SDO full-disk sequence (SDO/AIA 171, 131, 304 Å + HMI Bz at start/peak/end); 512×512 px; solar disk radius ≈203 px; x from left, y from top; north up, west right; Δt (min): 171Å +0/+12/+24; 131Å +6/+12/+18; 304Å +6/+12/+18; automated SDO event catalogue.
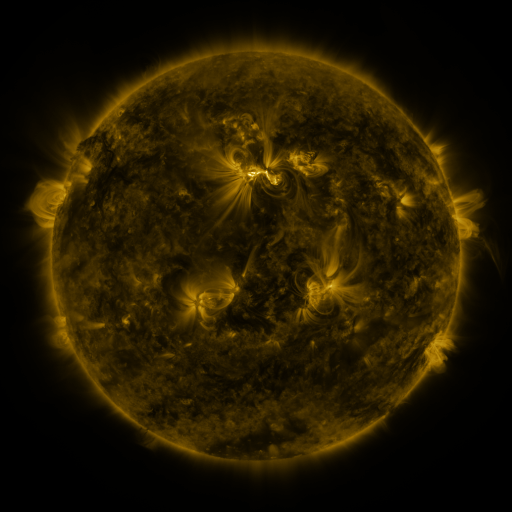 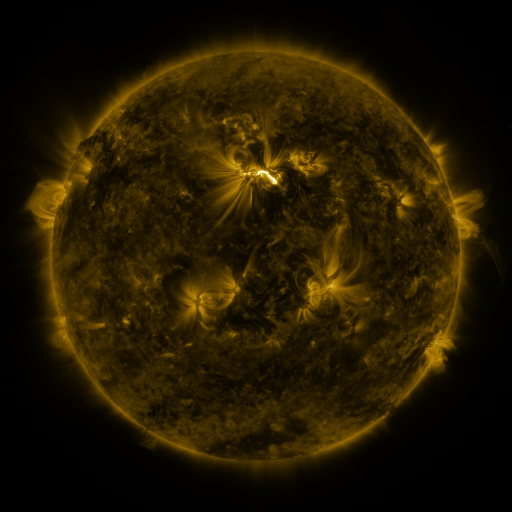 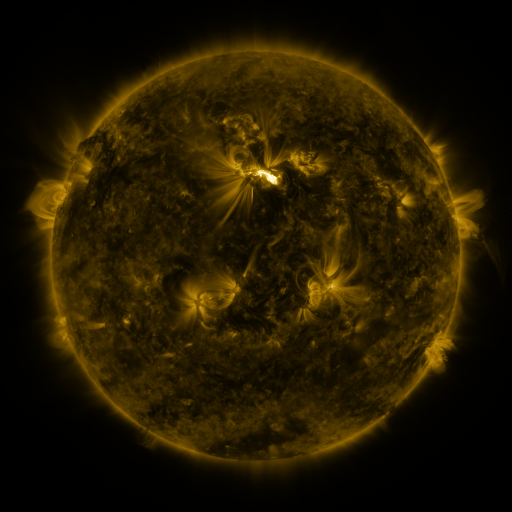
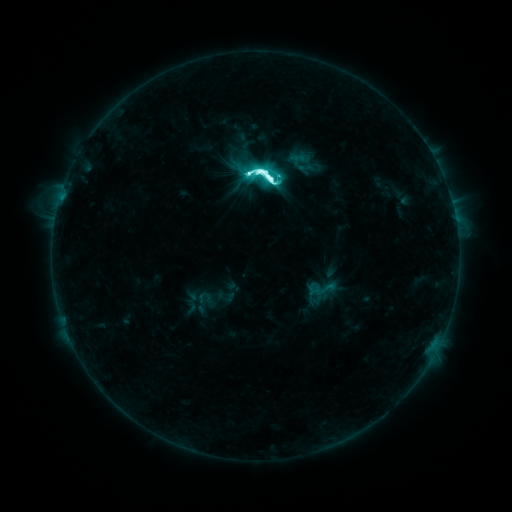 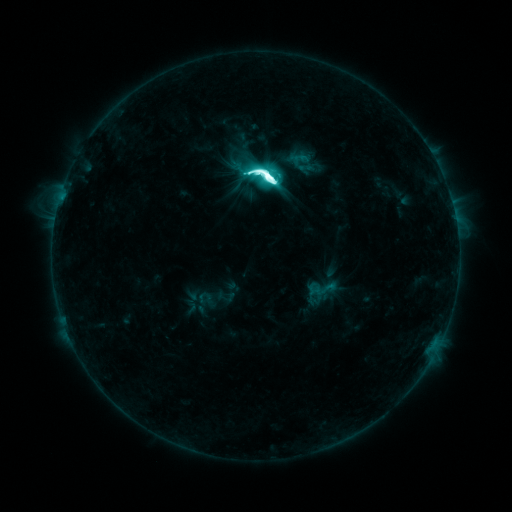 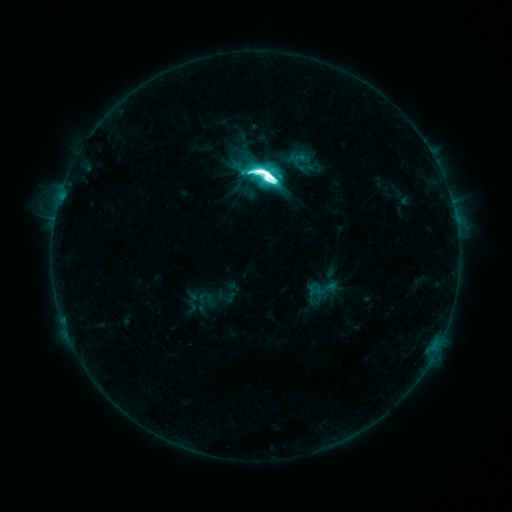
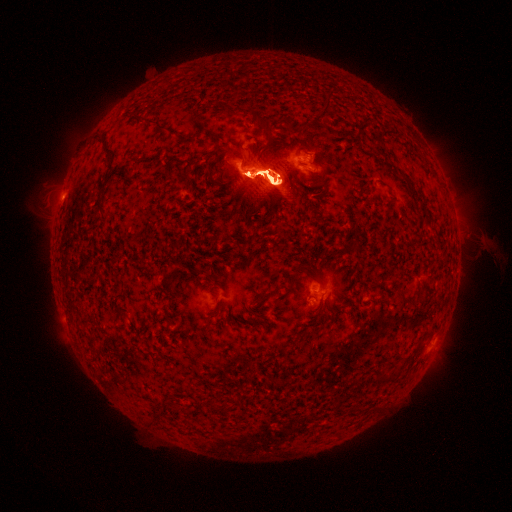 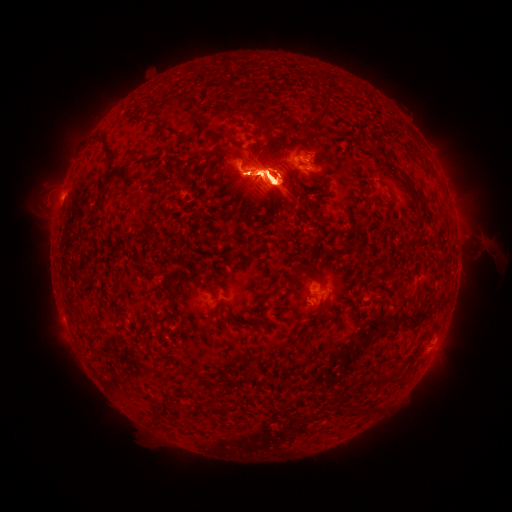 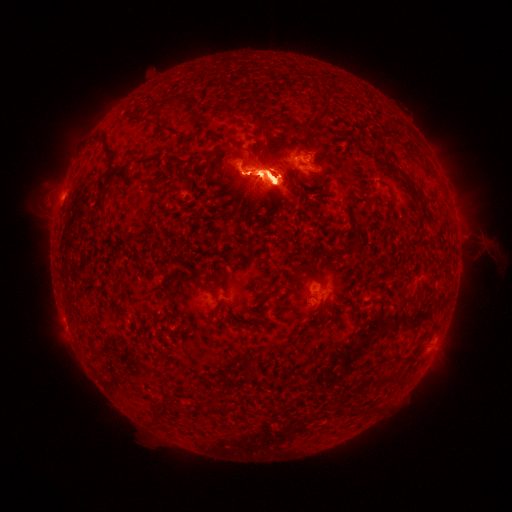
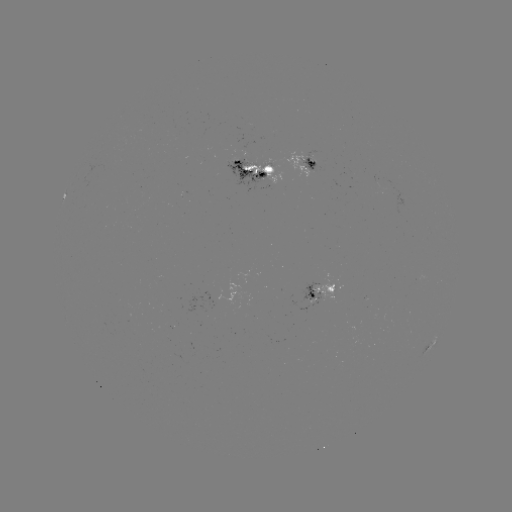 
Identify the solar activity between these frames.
eruption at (76, 151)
